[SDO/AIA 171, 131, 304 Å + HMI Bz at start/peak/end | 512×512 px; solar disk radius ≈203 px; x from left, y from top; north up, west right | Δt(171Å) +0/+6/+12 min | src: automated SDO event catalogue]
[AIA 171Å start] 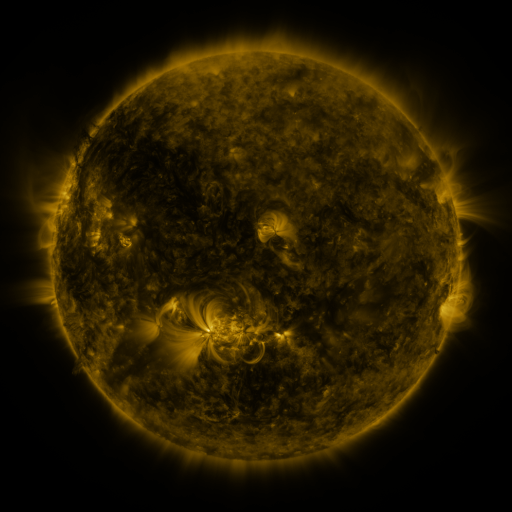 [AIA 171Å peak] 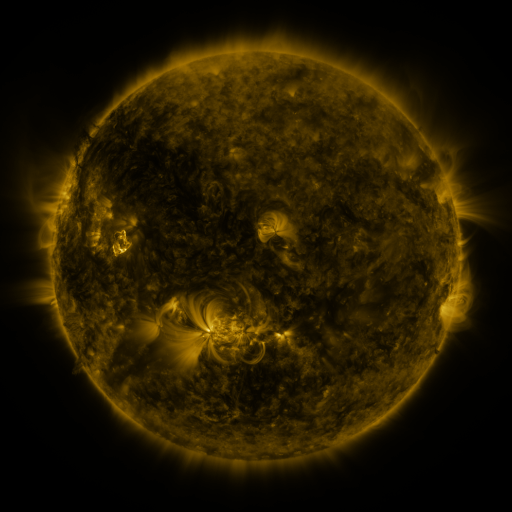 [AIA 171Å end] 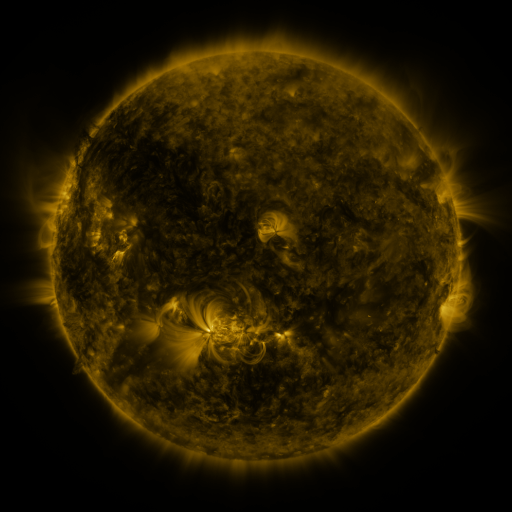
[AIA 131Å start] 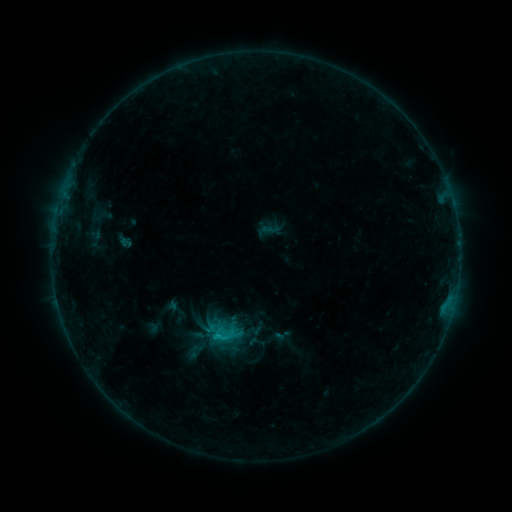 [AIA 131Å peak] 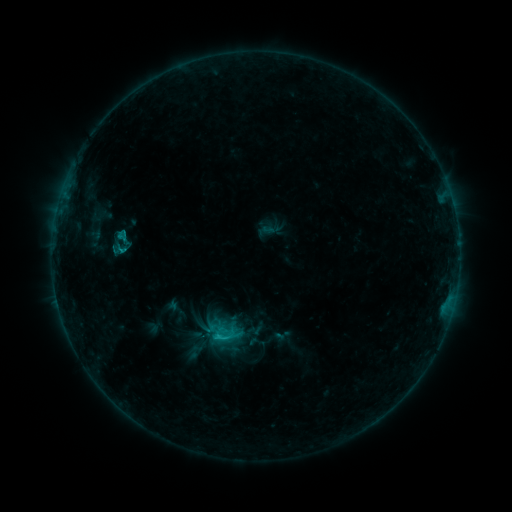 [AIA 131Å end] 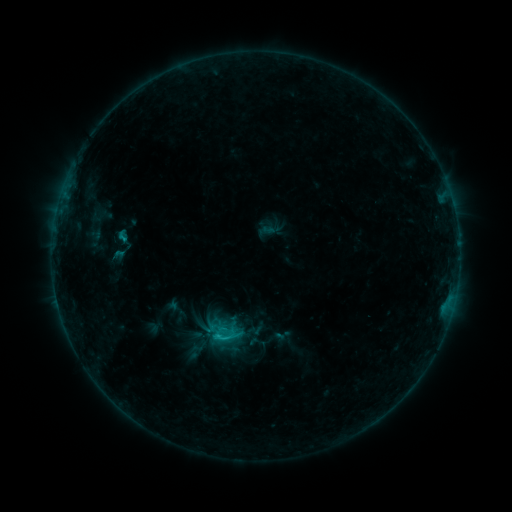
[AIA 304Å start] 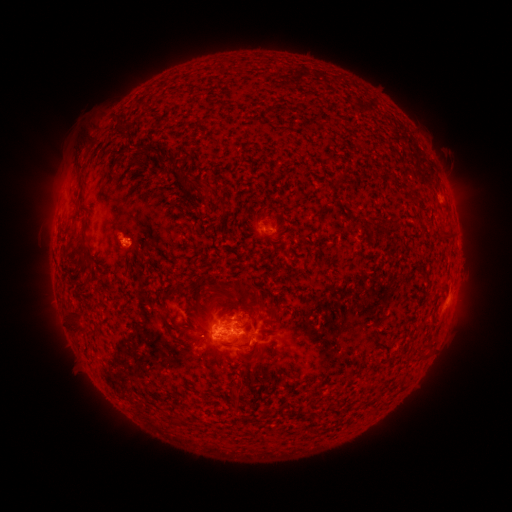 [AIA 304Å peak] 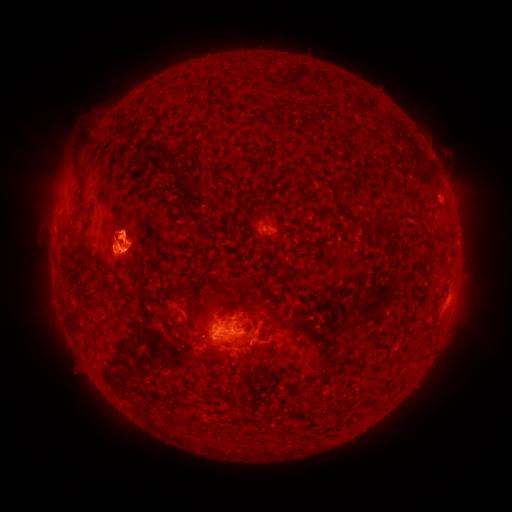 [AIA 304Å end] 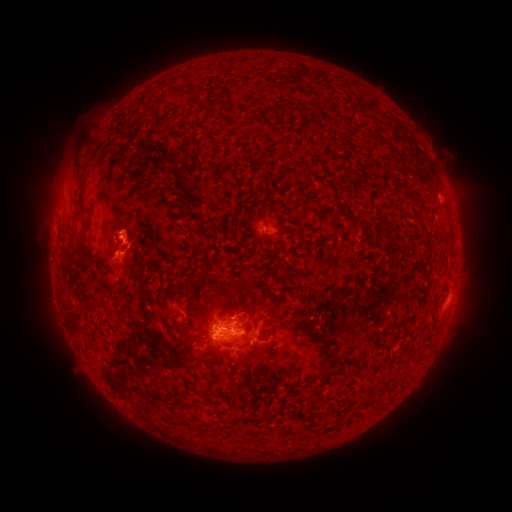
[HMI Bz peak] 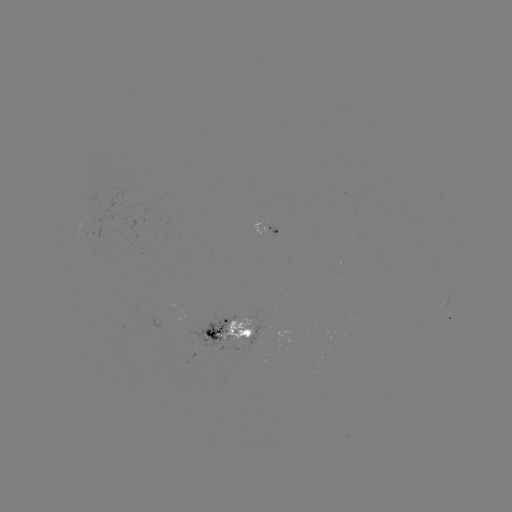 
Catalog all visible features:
eruption: (124, 177)
